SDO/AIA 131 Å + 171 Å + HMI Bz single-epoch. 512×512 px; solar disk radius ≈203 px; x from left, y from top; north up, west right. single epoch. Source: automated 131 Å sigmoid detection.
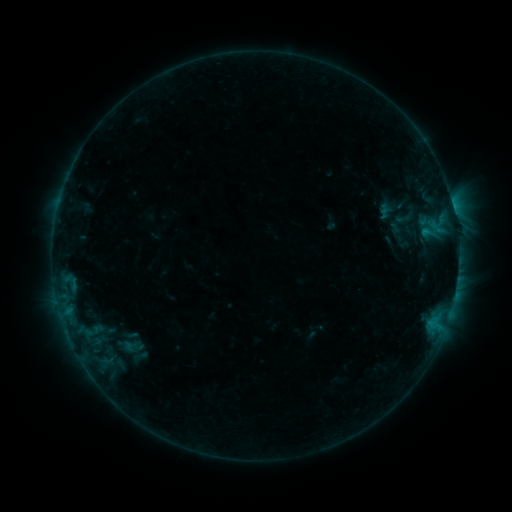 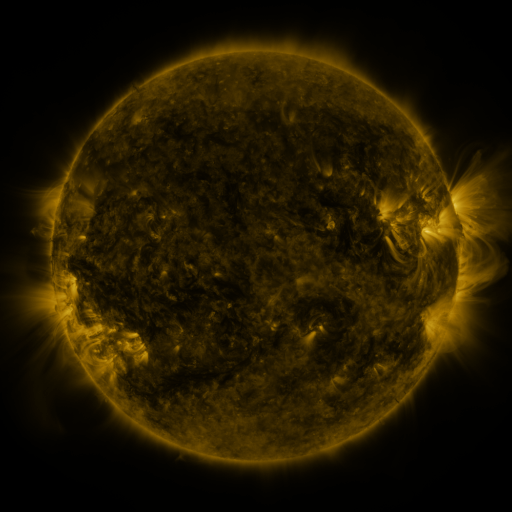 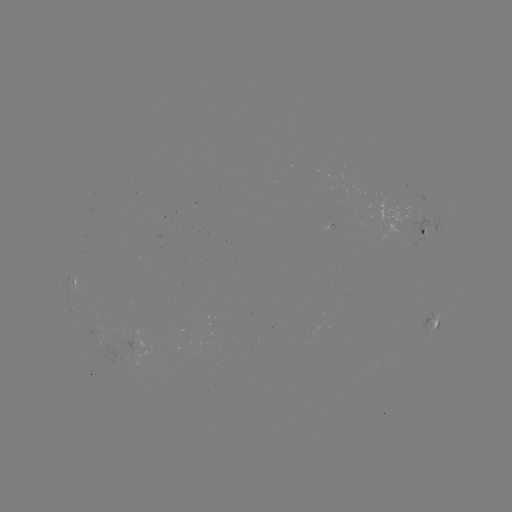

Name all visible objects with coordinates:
sigmoid: <bbox>374, 204, 397, 221</bbox>
